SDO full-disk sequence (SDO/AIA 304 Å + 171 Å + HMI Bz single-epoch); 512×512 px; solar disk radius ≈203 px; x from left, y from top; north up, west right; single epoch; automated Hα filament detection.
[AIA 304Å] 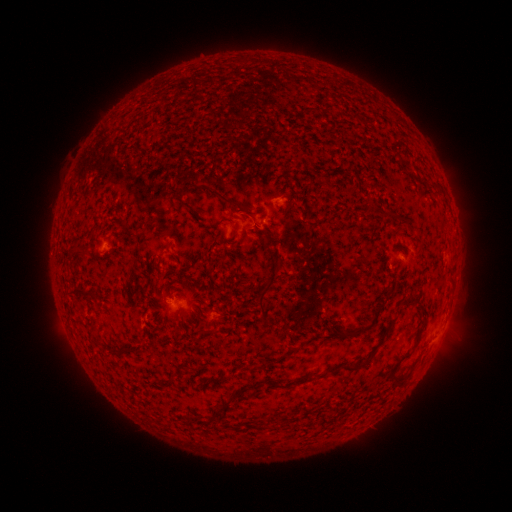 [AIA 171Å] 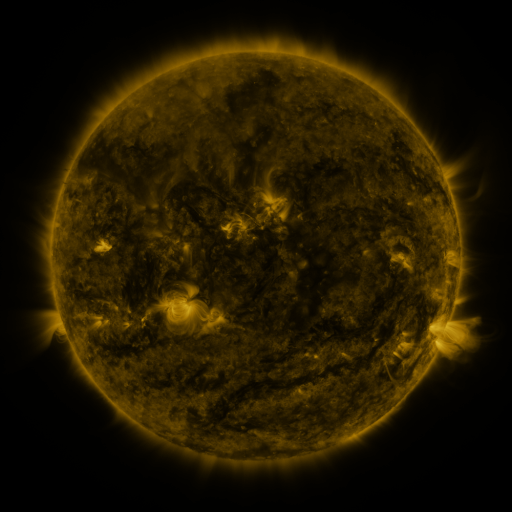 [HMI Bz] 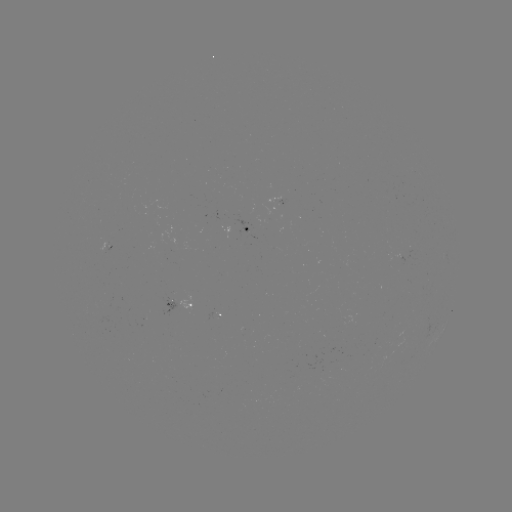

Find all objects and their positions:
filament: (349, 104)
filament: (224, 199)
filament: (387, 212)
filament: (233, 233)
filament: (169, 245)
filament: (212, 246)
filament: (78, 252)
filament: (174, 257)
filament: (268, 286)
filament: (82, 293)
filament: (409, 298)
filament: (421, 305)
filament: (348, 333)
filament: (412, 351)
filament: (265, 364)
filament: (345, 366)
filament: (175, 375)
filament: (402, 381)
filament: (225, 407)
